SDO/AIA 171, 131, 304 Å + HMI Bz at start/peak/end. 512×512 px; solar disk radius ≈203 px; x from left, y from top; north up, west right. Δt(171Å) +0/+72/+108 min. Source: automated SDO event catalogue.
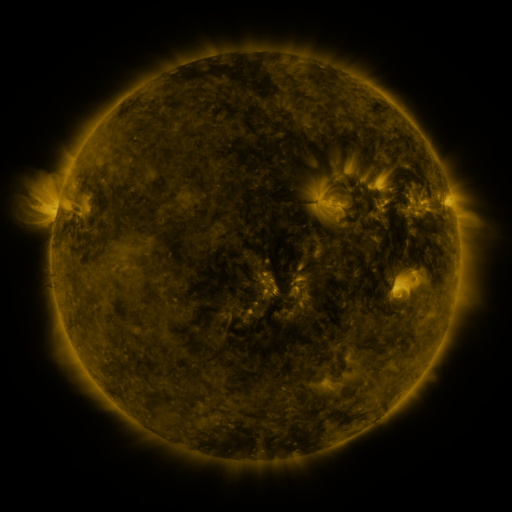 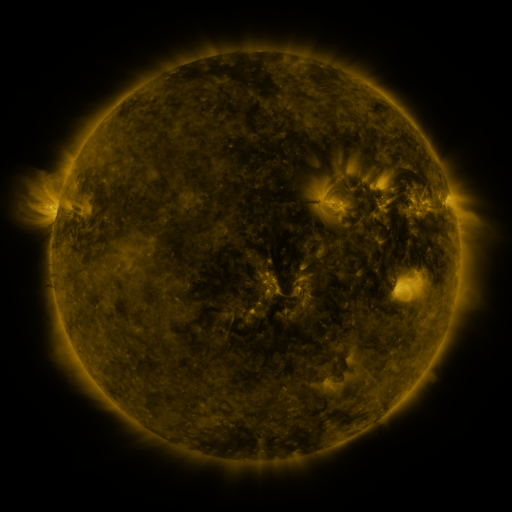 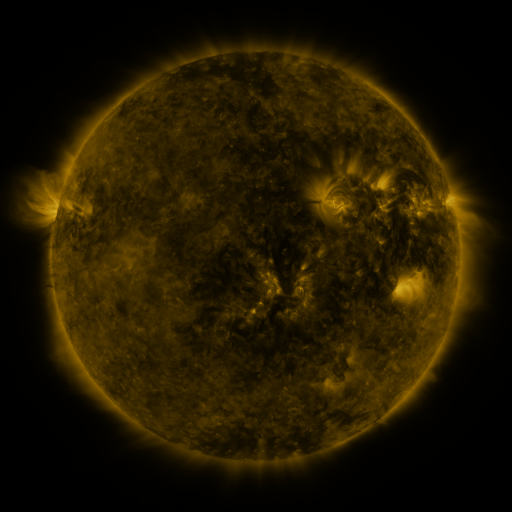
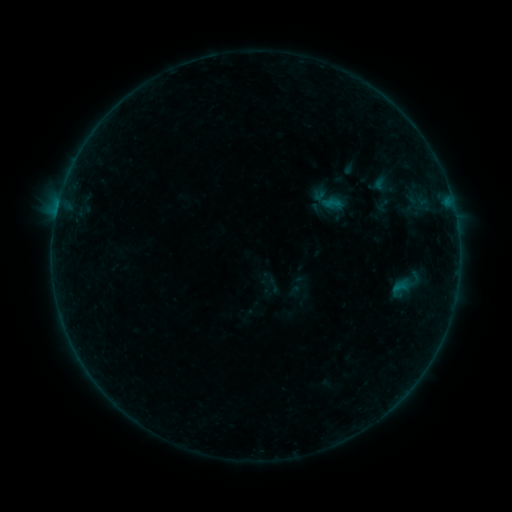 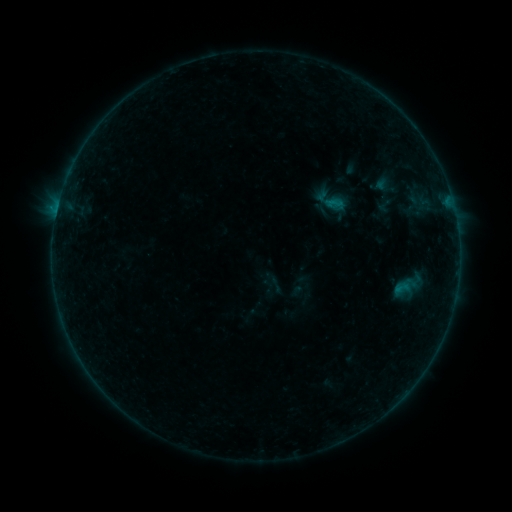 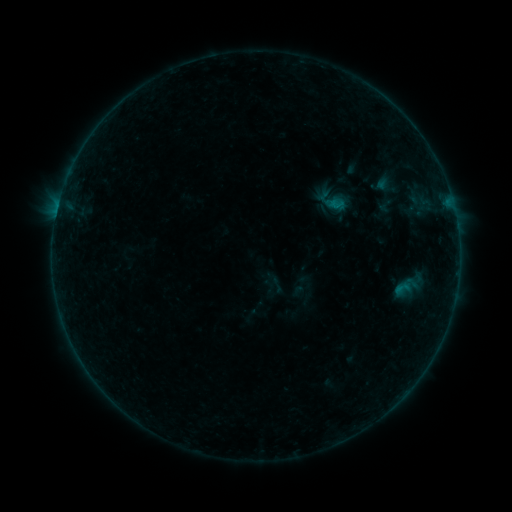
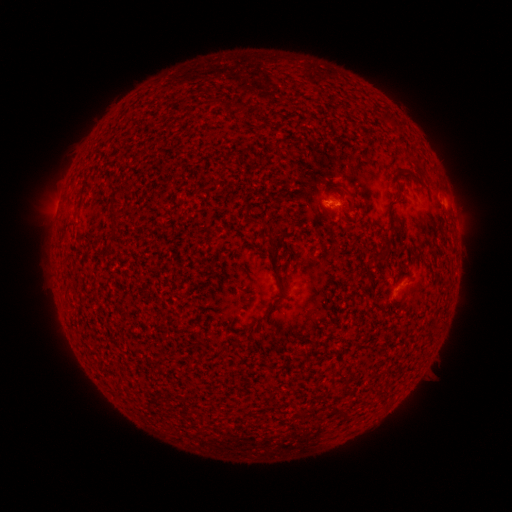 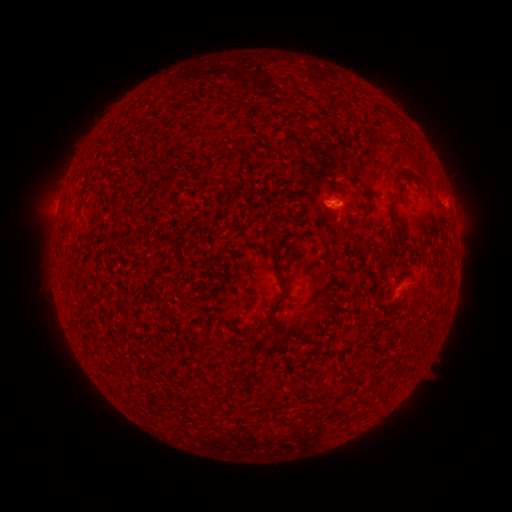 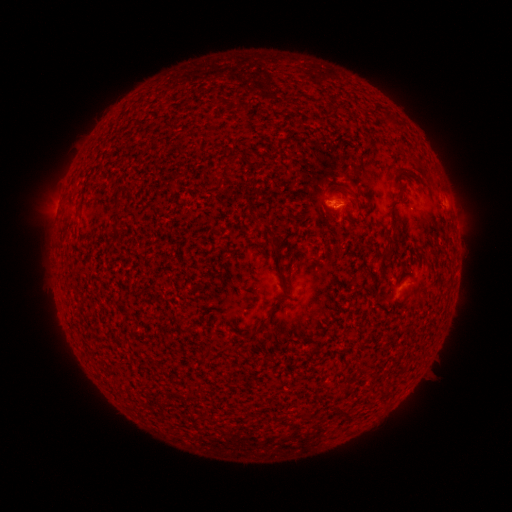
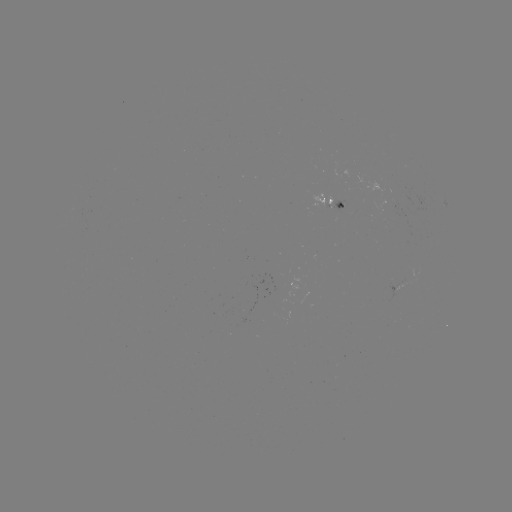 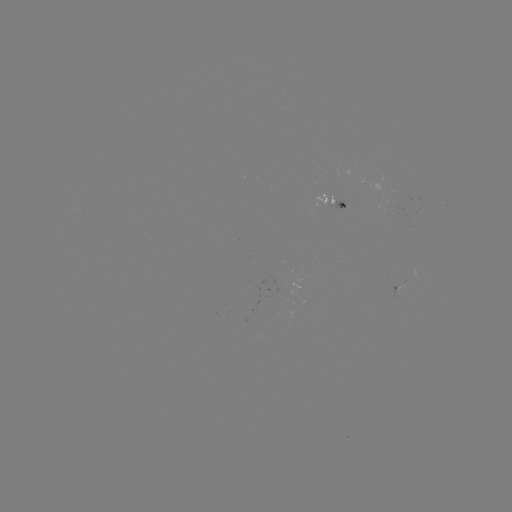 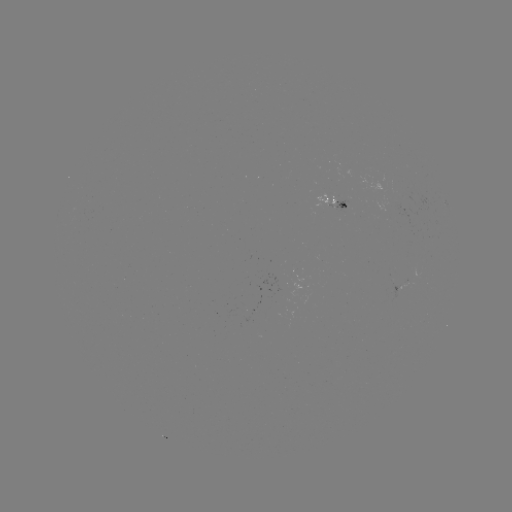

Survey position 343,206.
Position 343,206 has emerging-flux region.